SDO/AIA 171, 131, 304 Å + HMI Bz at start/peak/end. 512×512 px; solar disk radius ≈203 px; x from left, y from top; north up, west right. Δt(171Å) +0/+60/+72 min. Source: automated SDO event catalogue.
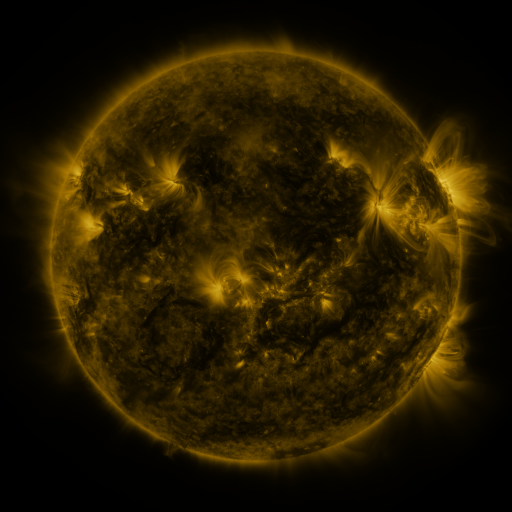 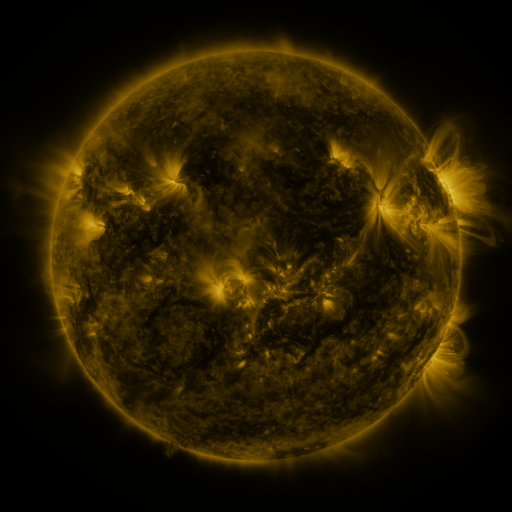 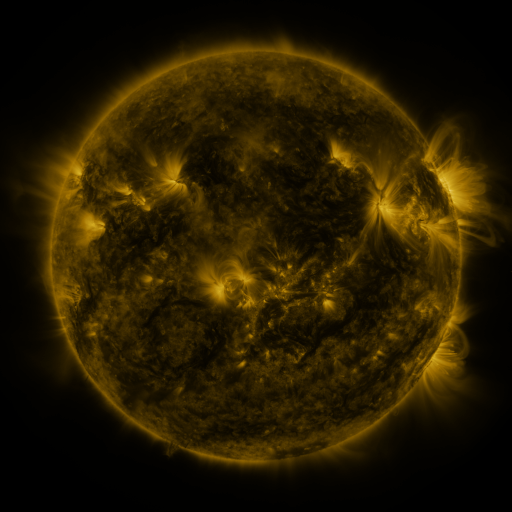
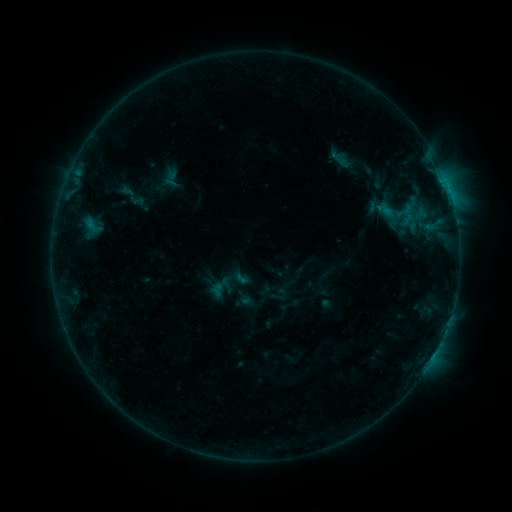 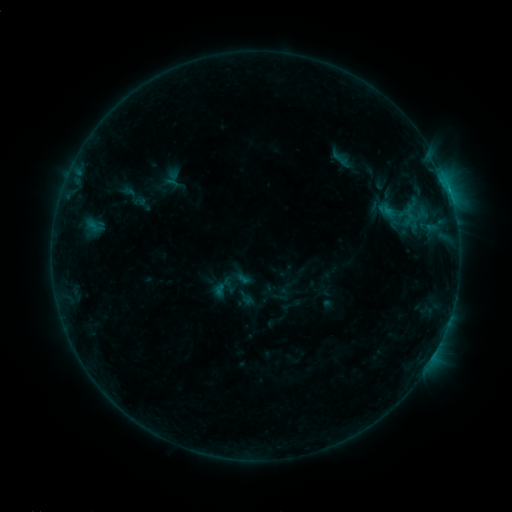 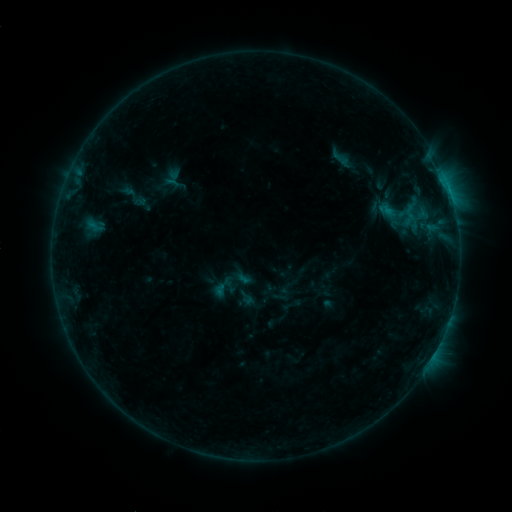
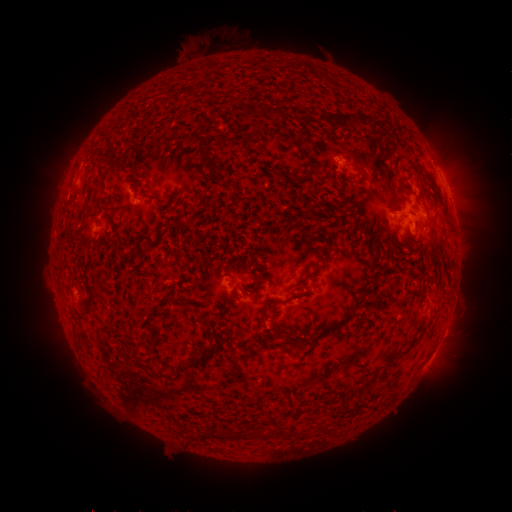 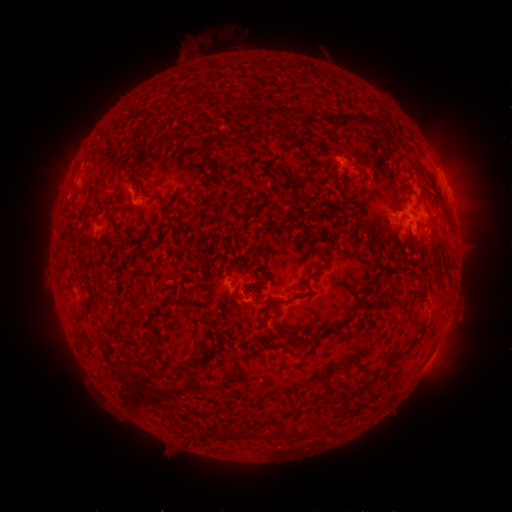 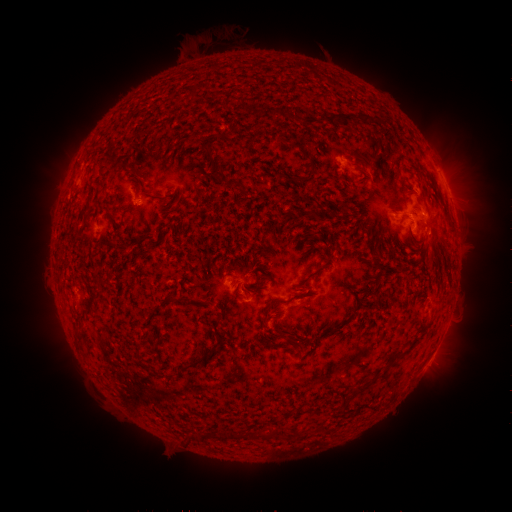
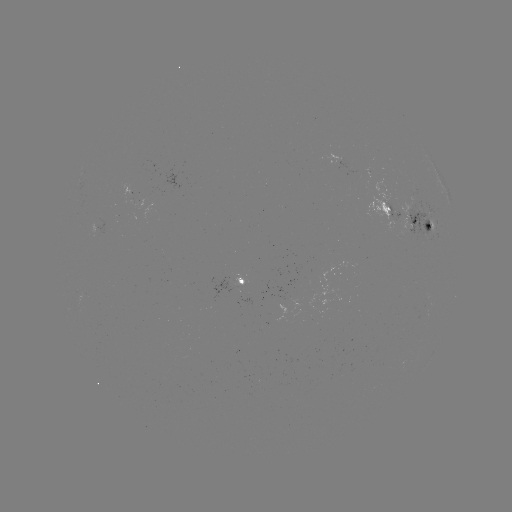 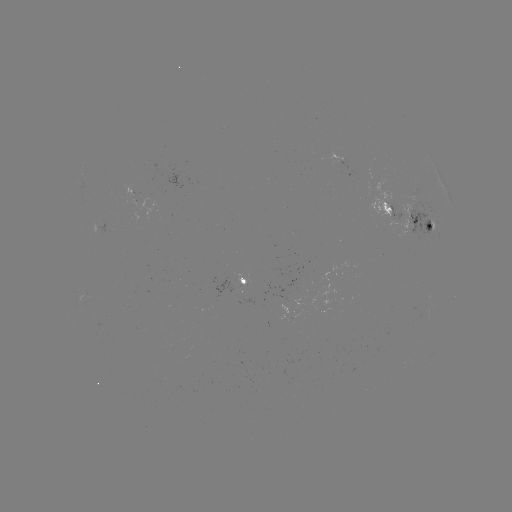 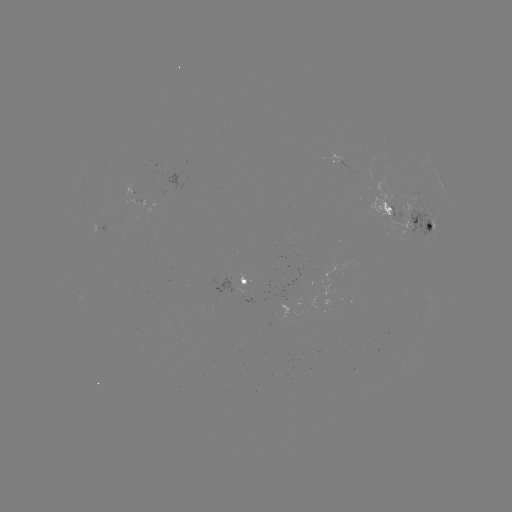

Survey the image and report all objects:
emerging-flux region: (422, 217)
